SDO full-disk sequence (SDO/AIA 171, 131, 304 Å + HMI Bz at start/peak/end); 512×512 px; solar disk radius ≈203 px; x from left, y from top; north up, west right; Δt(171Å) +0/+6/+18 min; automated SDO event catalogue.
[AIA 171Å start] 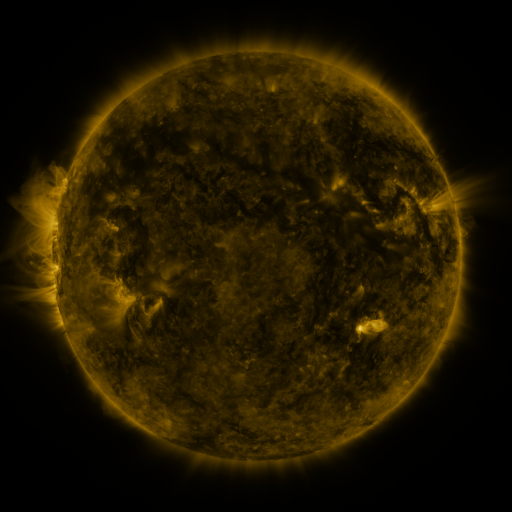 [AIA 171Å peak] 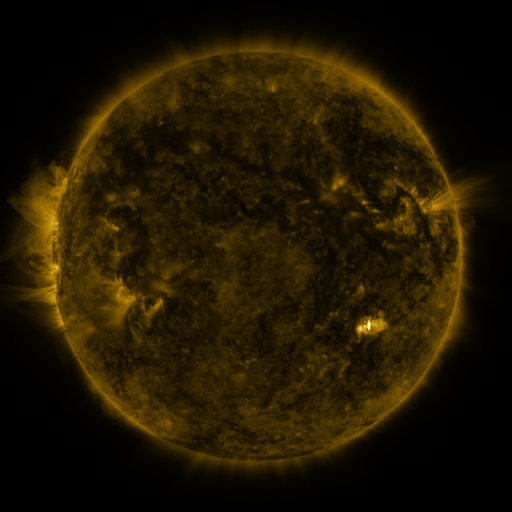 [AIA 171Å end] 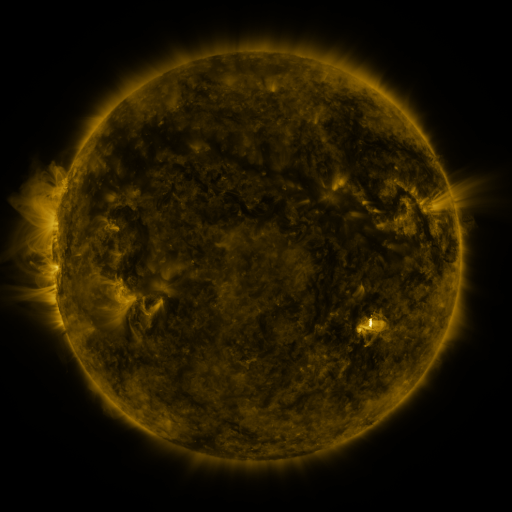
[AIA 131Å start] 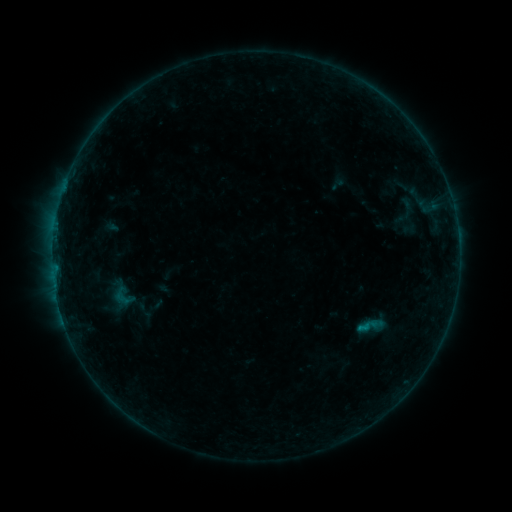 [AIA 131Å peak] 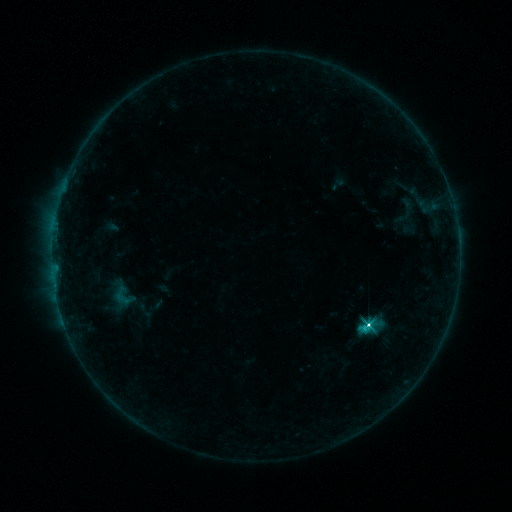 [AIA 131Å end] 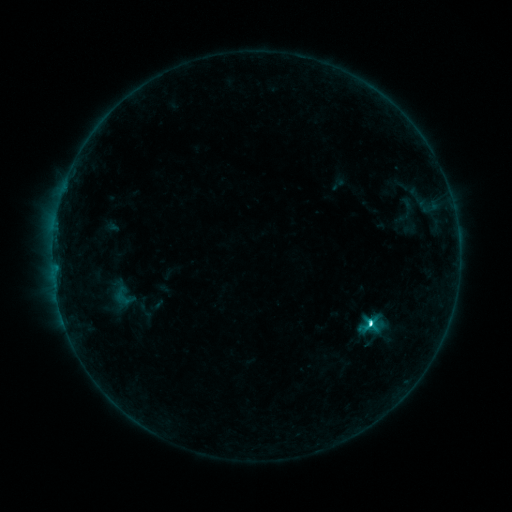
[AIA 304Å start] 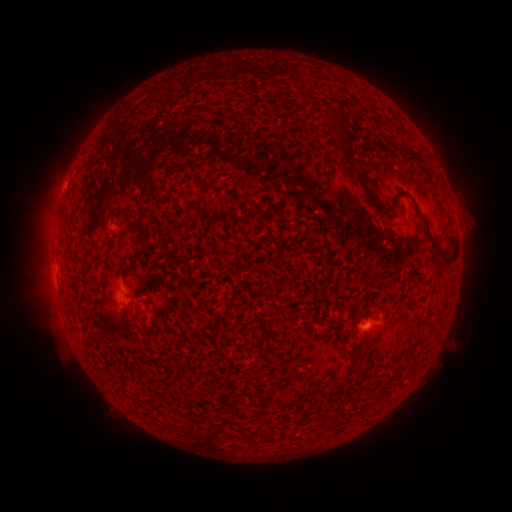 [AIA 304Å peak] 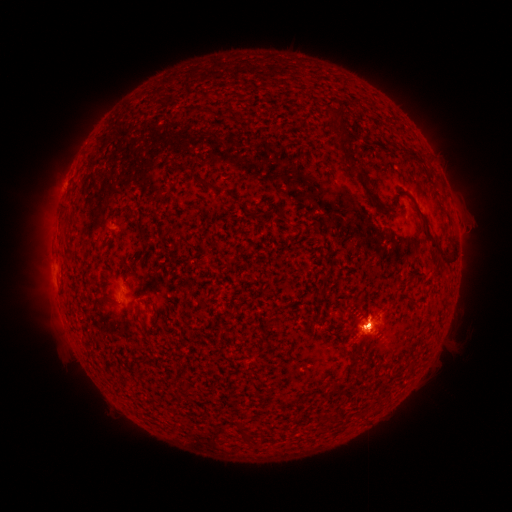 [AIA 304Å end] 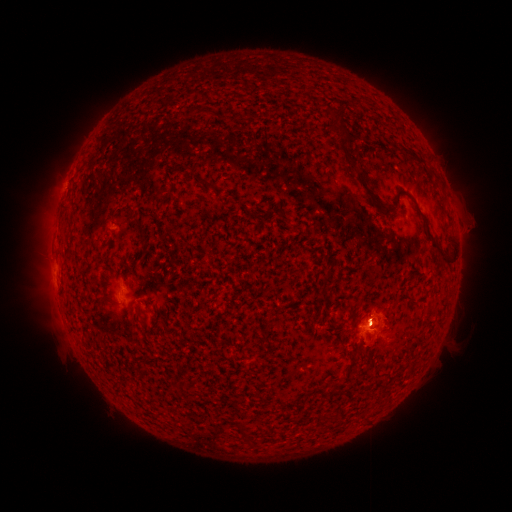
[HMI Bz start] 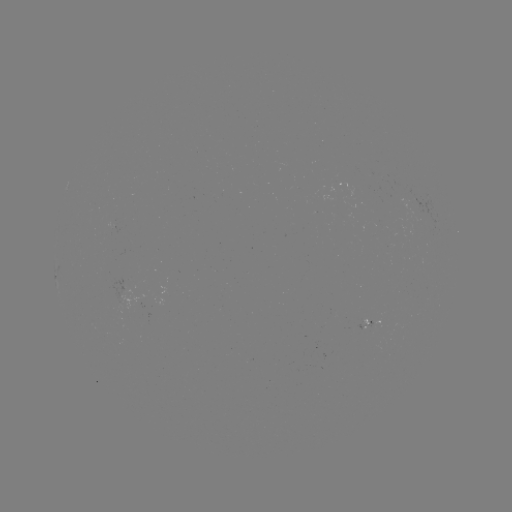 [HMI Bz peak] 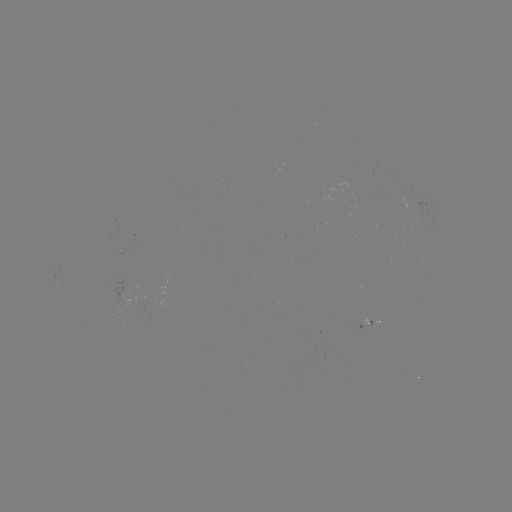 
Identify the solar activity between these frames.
C5.1 flare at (368, 322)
